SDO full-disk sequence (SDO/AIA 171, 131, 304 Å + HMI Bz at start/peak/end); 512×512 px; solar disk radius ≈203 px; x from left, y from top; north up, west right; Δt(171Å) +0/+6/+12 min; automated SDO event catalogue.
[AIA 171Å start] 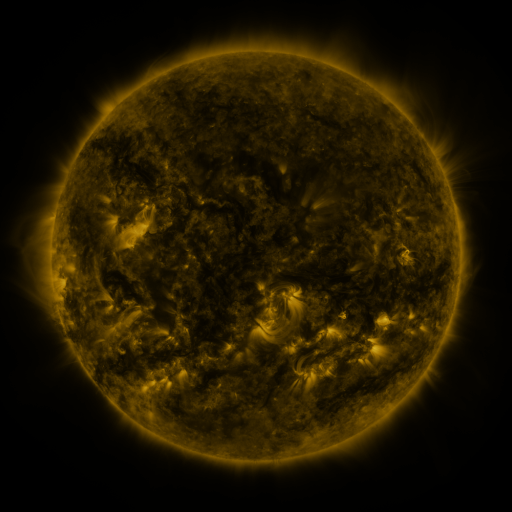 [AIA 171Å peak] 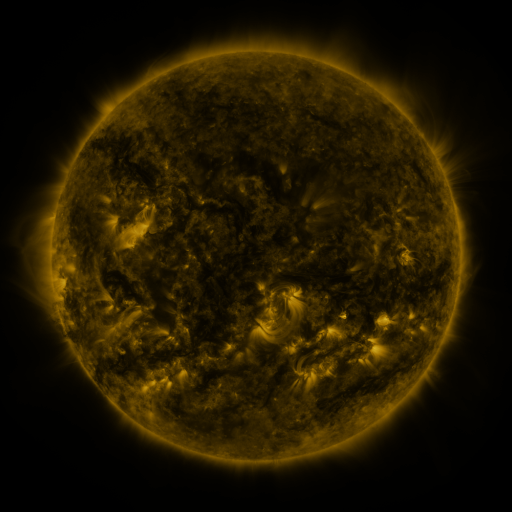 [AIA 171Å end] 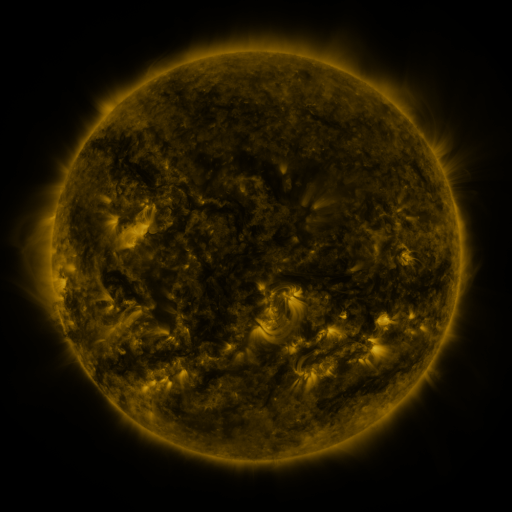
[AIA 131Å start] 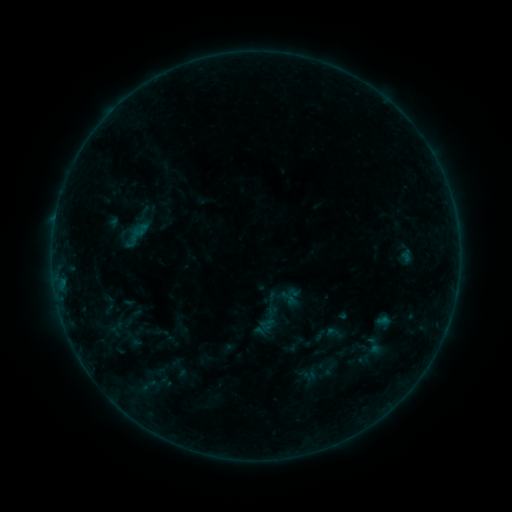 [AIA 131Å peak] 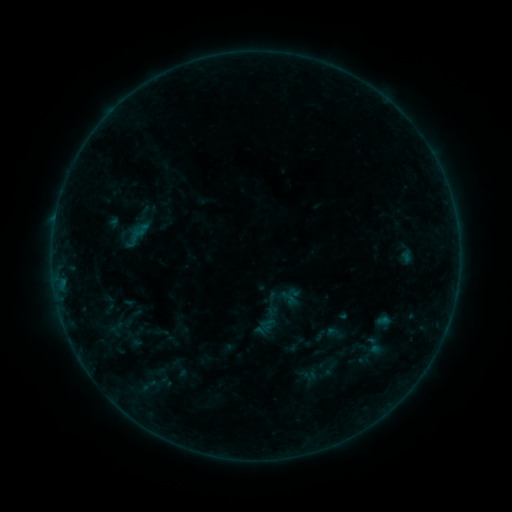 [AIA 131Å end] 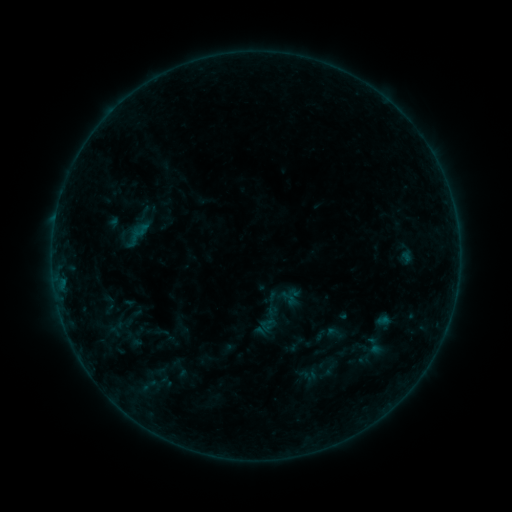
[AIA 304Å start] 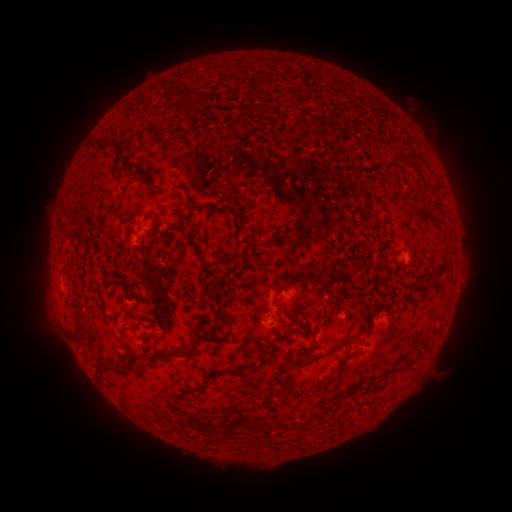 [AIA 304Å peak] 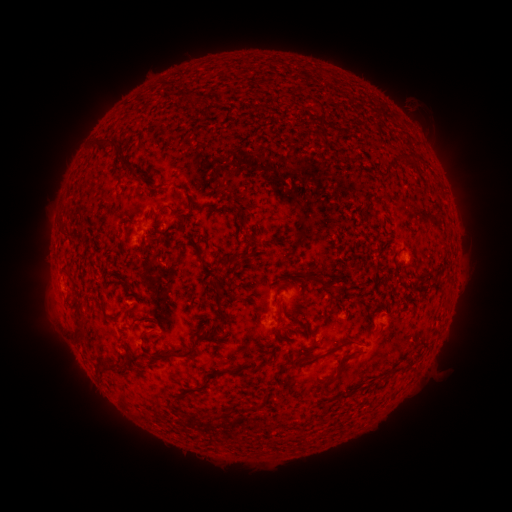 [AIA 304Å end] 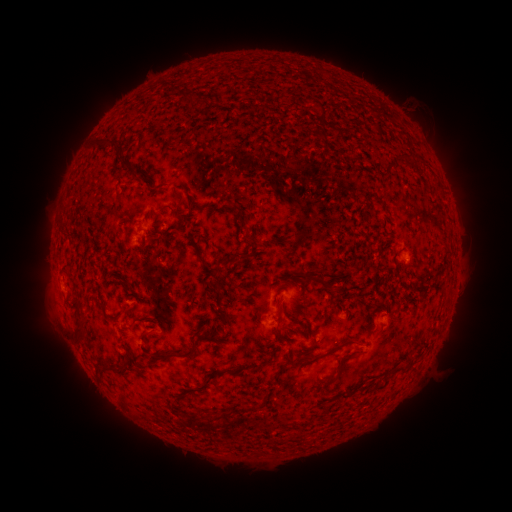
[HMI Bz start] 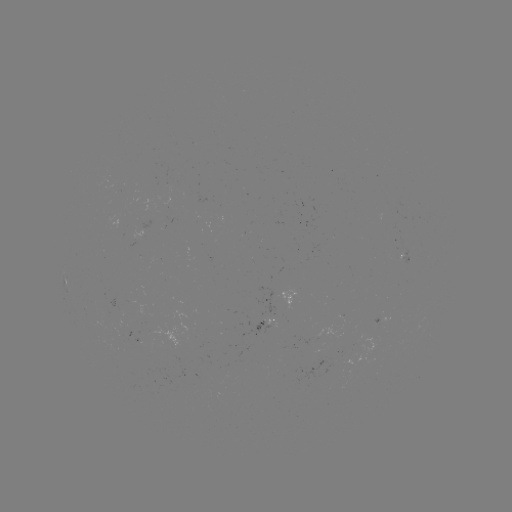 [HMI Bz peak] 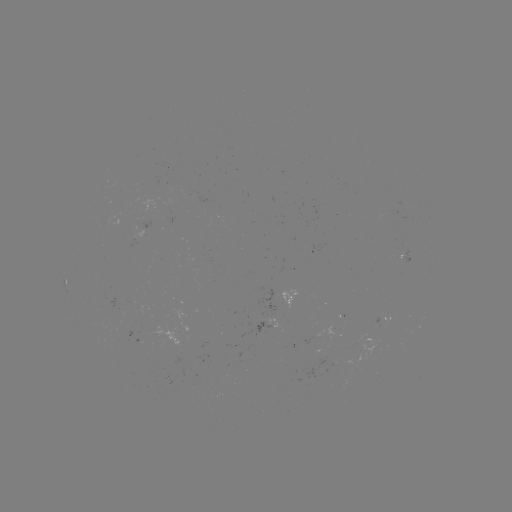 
no catalogued flare and no flagged EUV brightening in this window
